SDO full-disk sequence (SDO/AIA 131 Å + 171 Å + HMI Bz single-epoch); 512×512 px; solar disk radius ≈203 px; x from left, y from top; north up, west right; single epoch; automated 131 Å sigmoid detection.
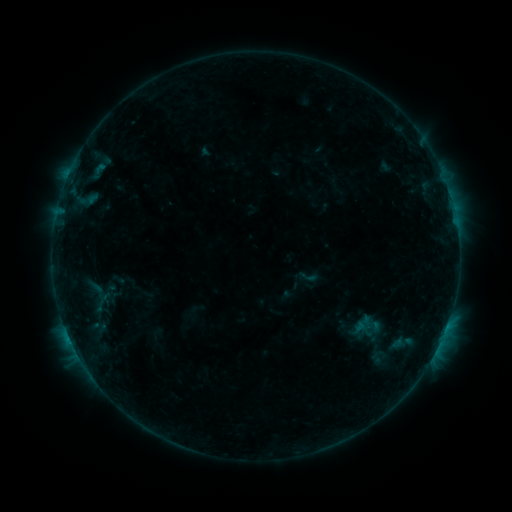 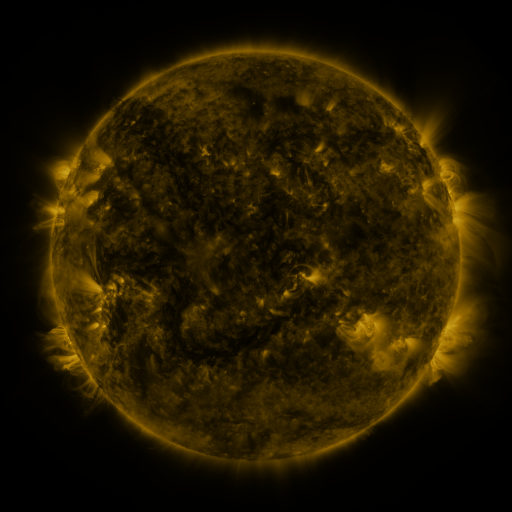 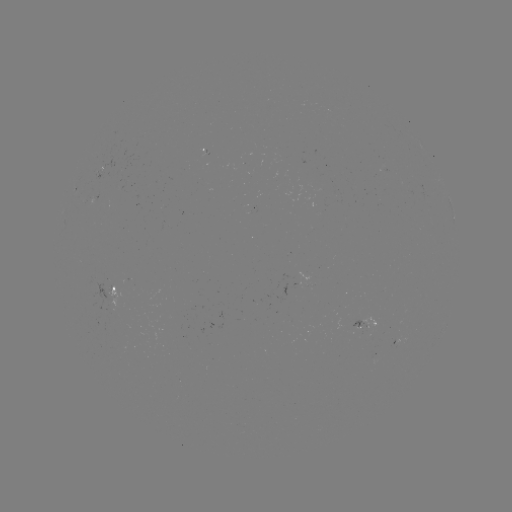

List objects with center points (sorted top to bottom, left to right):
sigmoid: (299, 267, 317, 286)
sigmoid: (85, 290, 119, 314)
